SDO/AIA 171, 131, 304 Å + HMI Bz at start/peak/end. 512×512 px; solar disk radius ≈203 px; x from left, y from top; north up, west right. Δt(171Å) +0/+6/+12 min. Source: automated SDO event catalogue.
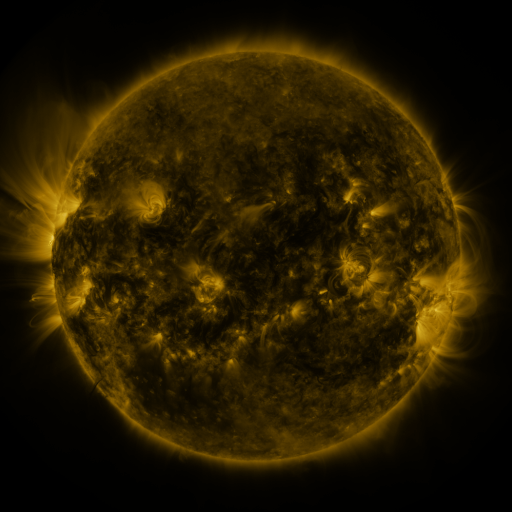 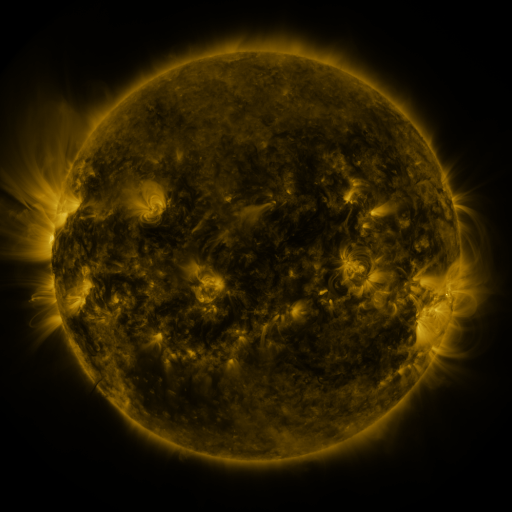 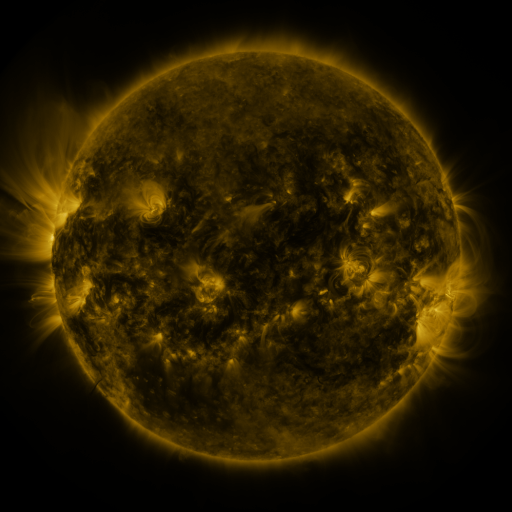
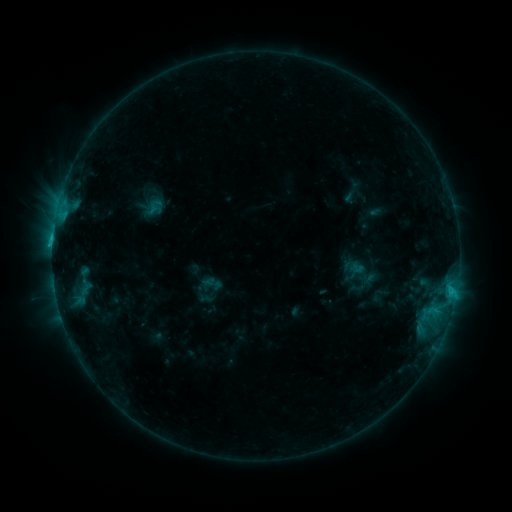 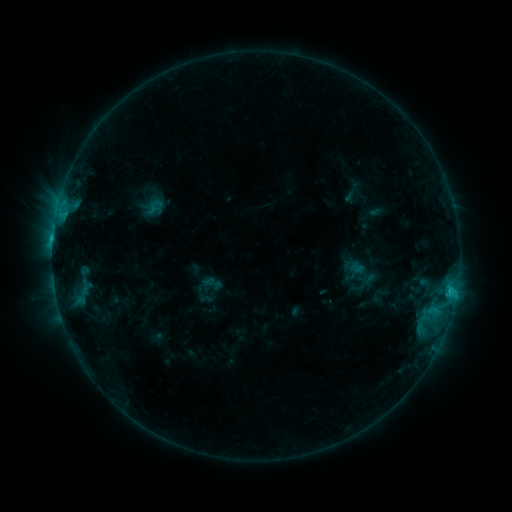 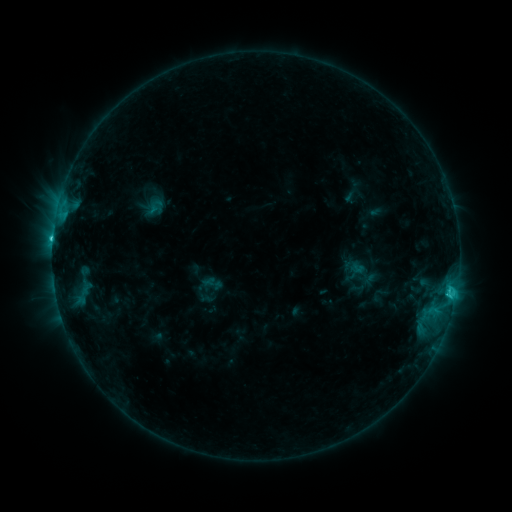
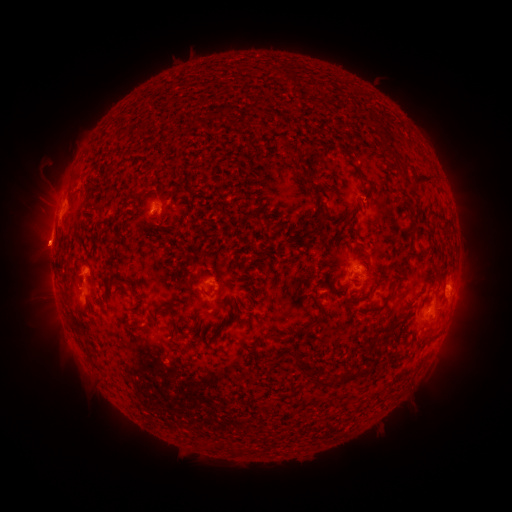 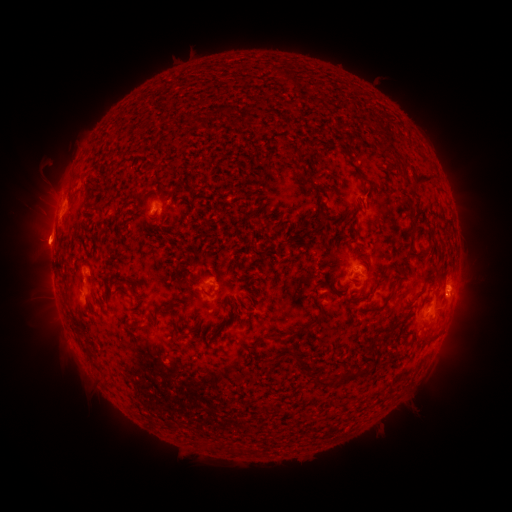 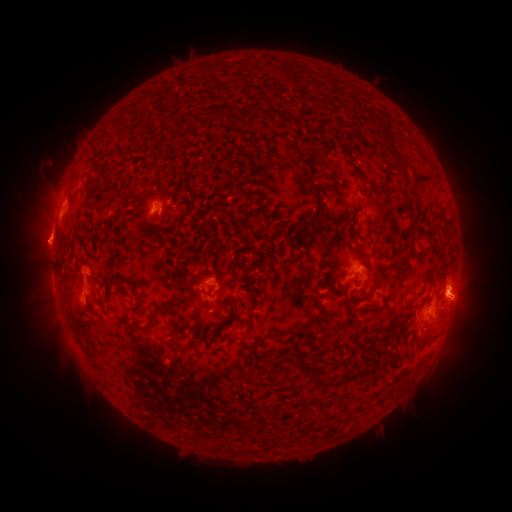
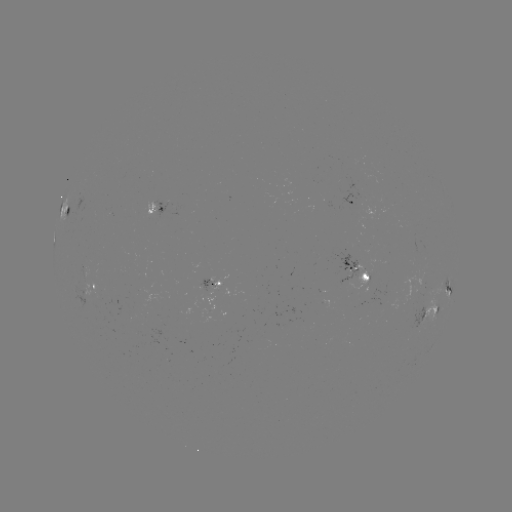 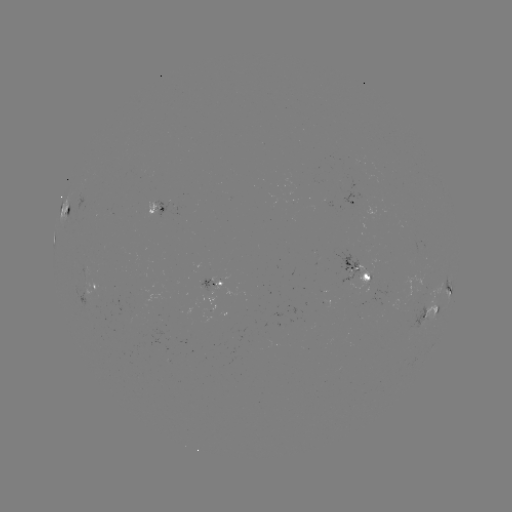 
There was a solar eruption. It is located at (47, 241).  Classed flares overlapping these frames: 1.